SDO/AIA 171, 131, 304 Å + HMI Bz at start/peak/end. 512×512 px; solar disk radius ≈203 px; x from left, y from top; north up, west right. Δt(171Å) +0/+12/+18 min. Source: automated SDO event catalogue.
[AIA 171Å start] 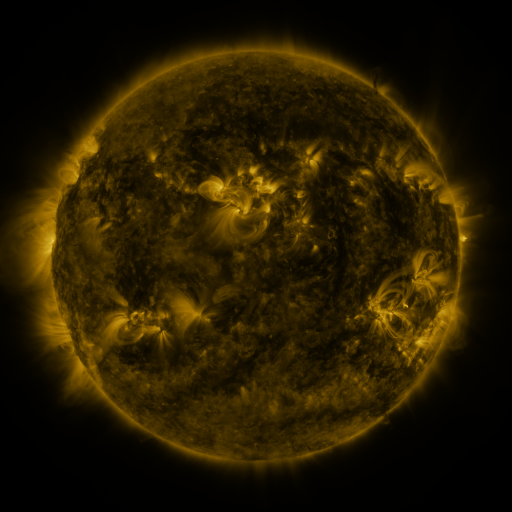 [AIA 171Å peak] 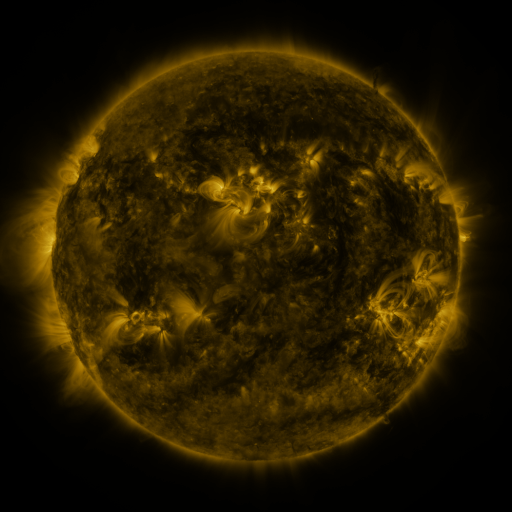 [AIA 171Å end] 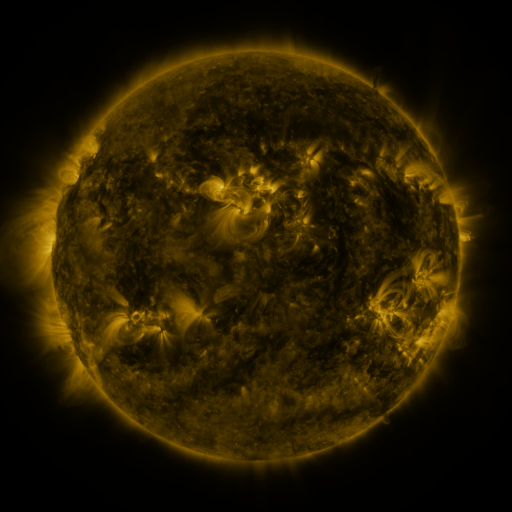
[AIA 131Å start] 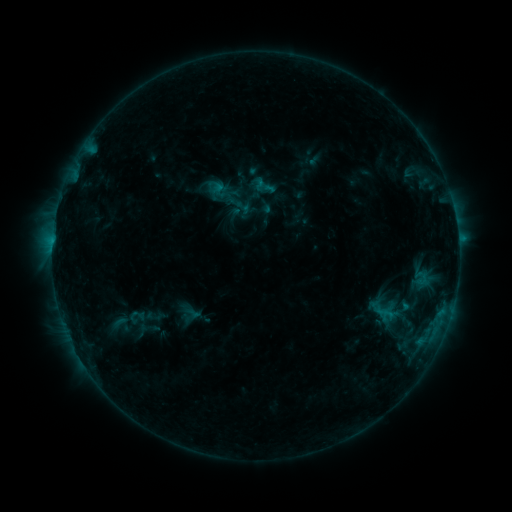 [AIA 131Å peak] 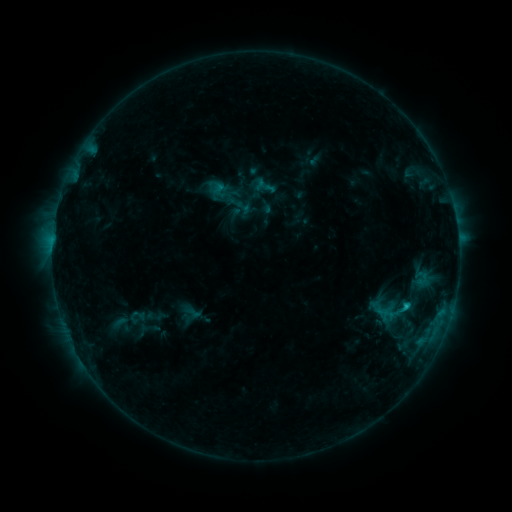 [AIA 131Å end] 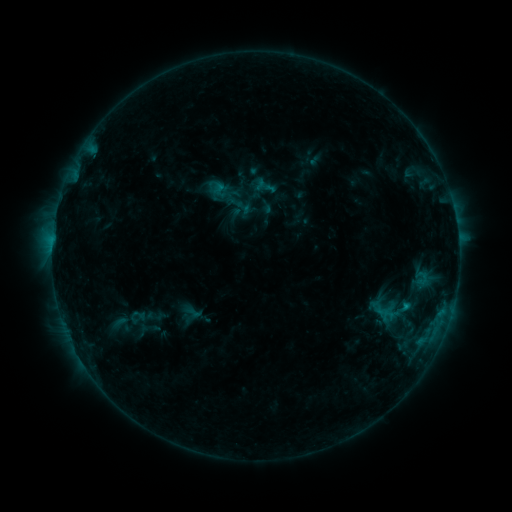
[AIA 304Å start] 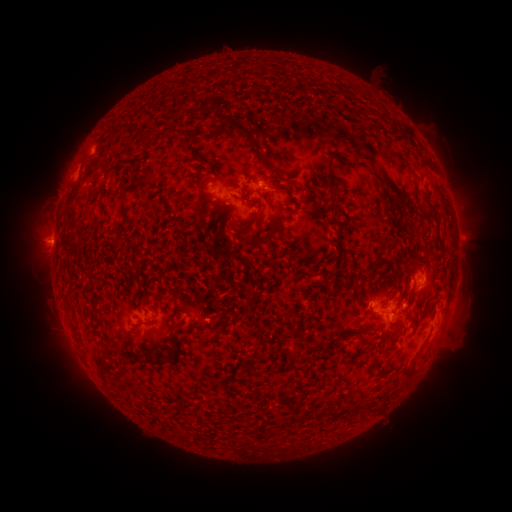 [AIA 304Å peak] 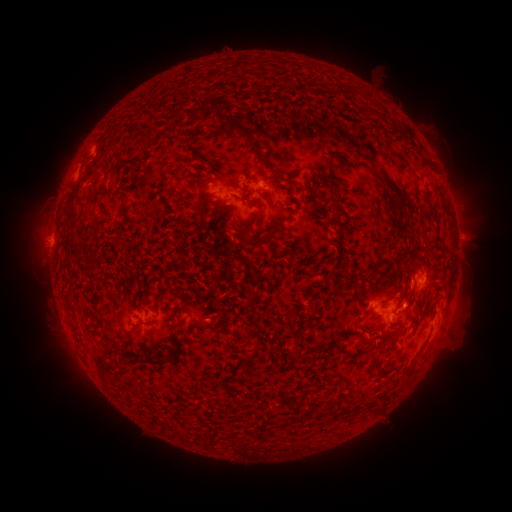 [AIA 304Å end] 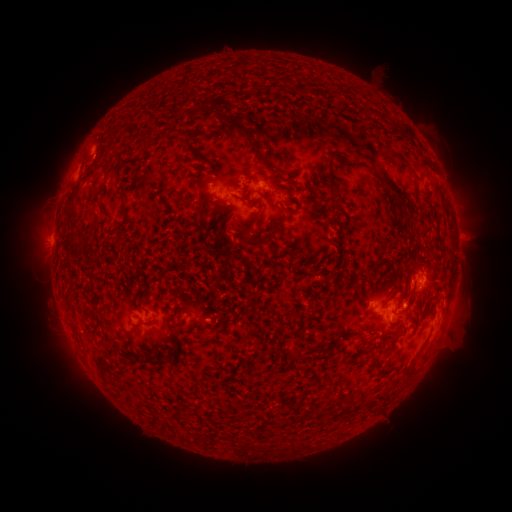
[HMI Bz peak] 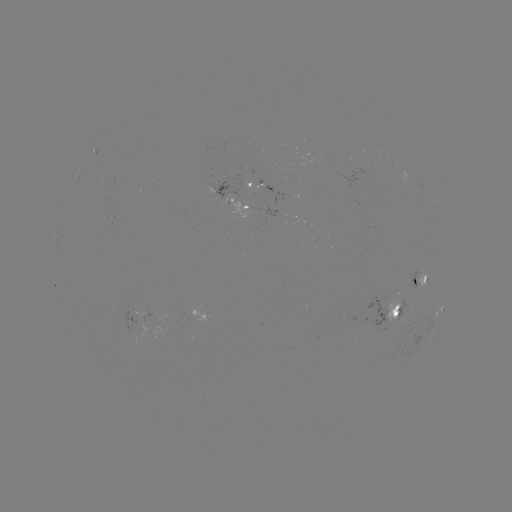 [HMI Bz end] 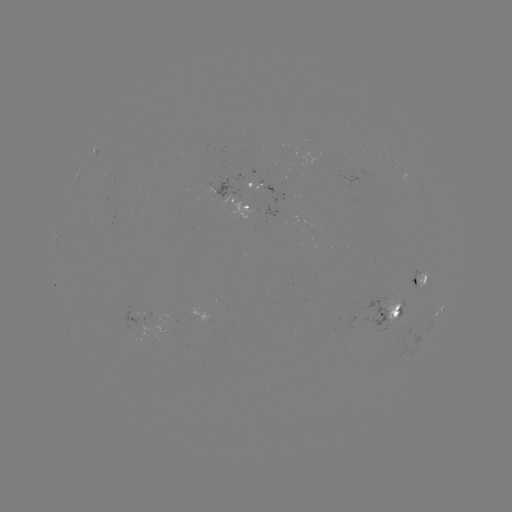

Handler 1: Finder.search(C1.1 flare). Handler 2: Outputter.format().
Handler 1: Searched C1.1 flare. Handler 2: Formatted (406, 304).